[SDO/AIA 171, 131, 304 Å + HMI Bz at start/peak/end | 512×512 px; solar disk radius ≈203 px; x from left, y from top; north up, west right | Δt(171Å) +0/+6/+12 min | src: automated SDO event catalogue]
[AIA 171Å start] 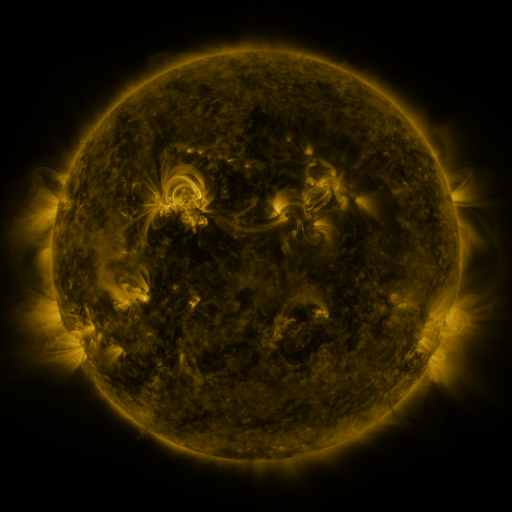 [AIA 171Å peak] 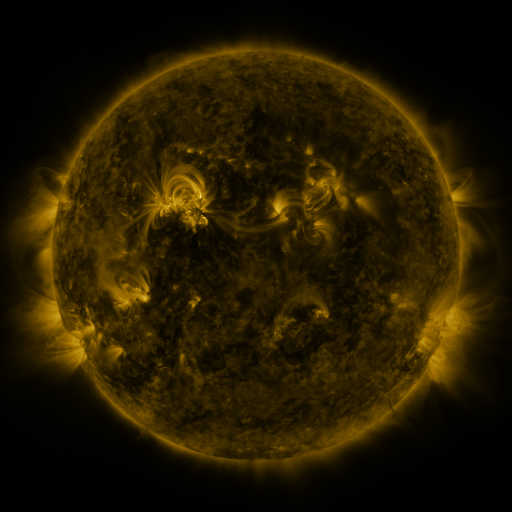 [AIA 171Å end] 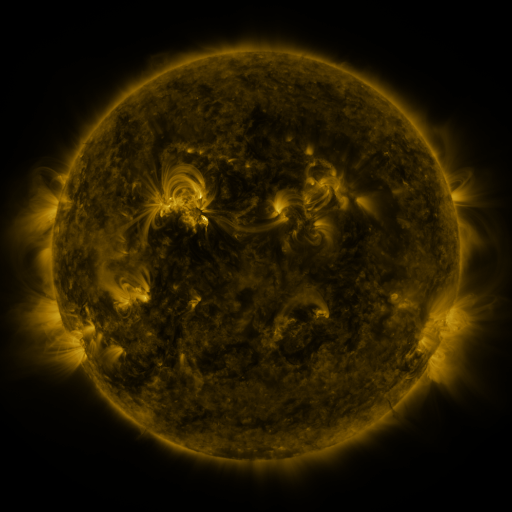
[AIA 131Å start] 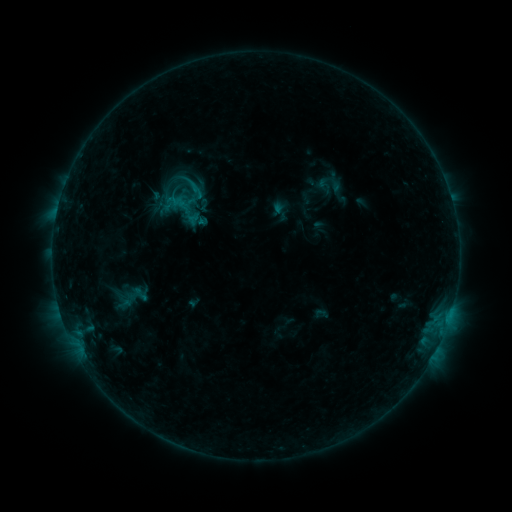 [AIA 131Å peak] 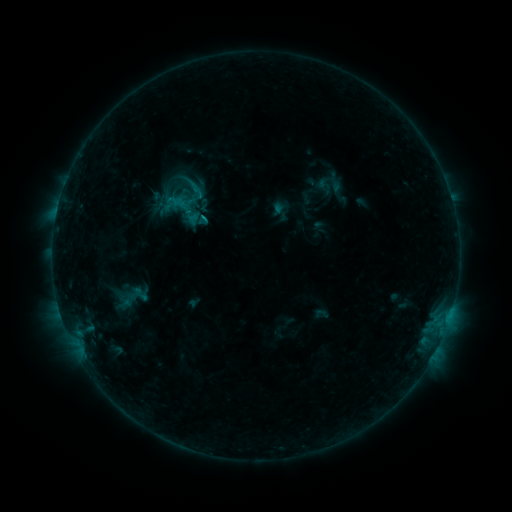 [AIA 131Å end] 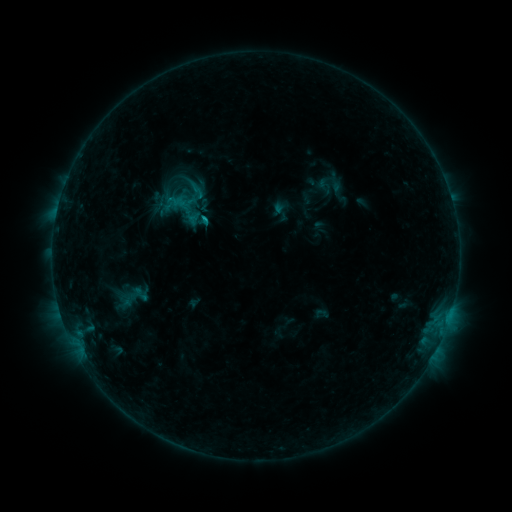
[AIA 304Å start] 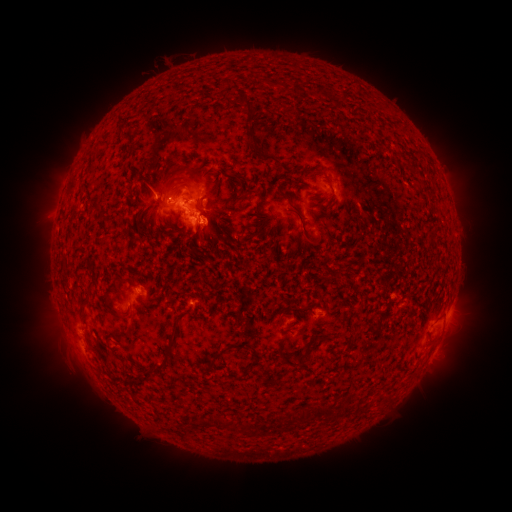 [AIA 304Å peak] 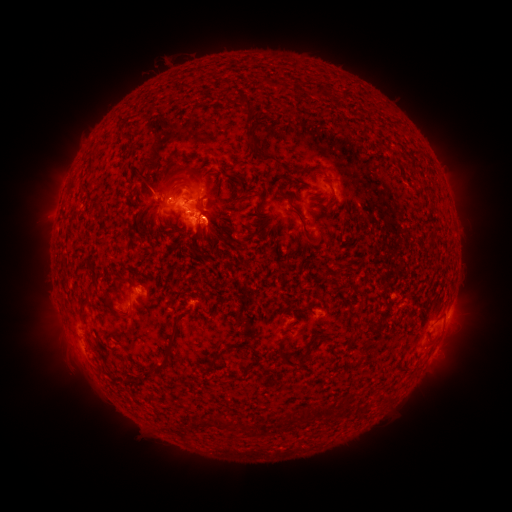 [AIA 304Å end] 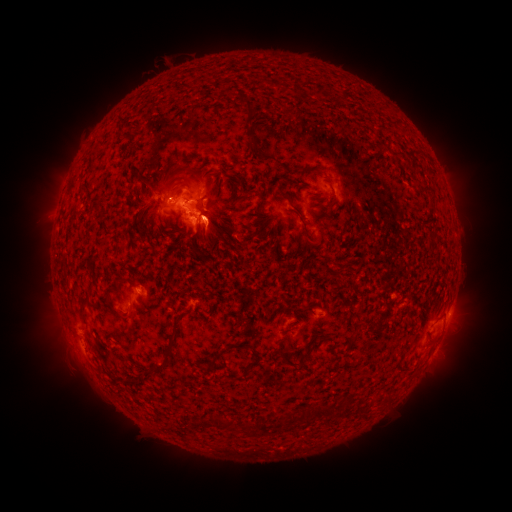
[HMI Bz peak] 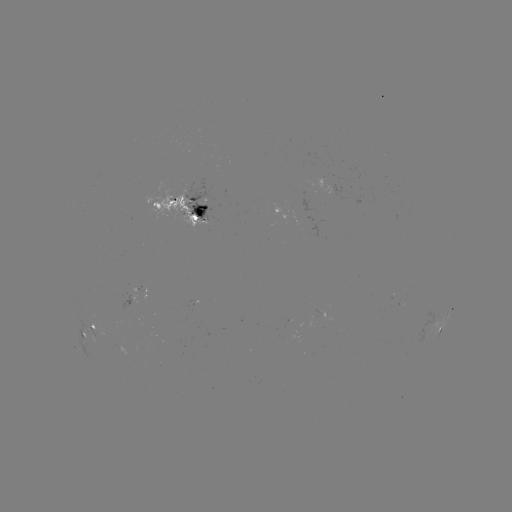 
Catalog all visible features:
C1.4 flare: (207, 216)
